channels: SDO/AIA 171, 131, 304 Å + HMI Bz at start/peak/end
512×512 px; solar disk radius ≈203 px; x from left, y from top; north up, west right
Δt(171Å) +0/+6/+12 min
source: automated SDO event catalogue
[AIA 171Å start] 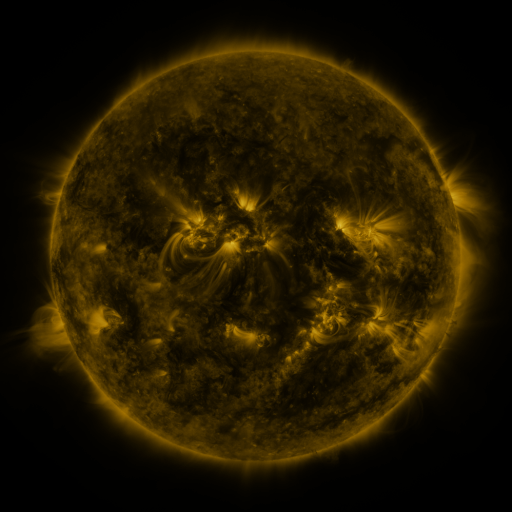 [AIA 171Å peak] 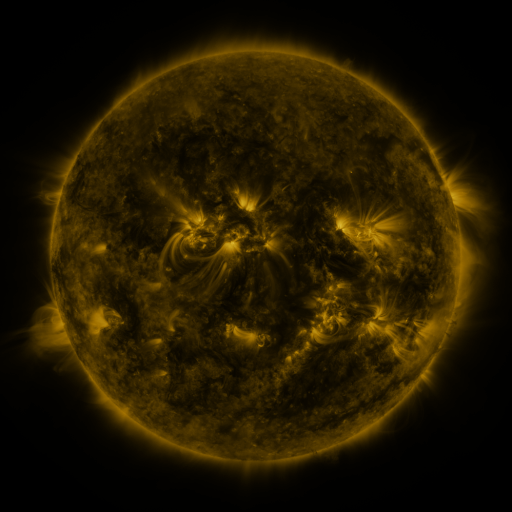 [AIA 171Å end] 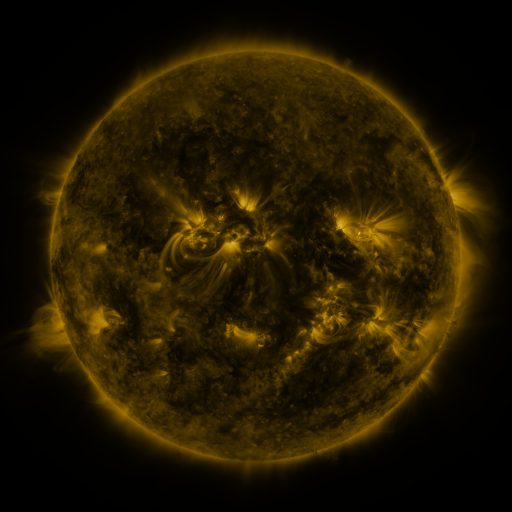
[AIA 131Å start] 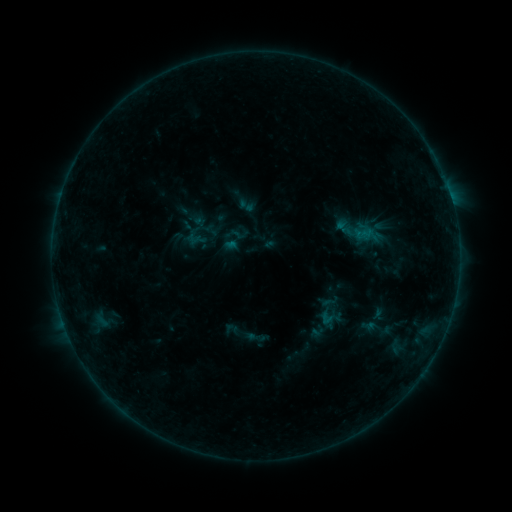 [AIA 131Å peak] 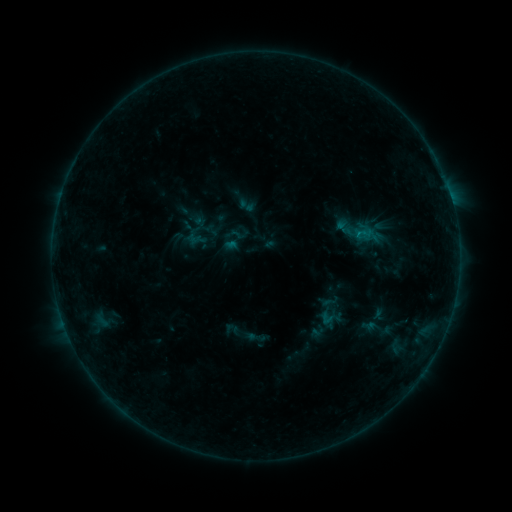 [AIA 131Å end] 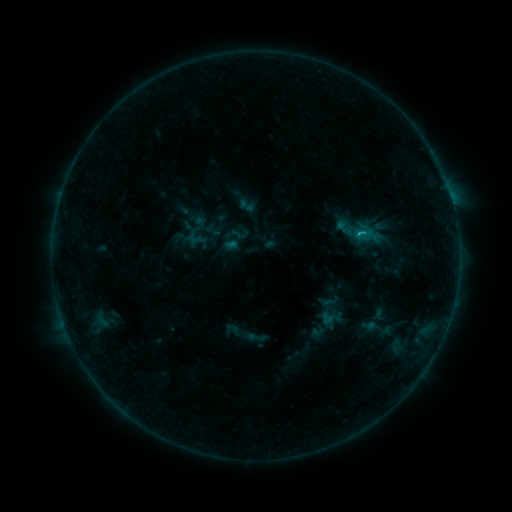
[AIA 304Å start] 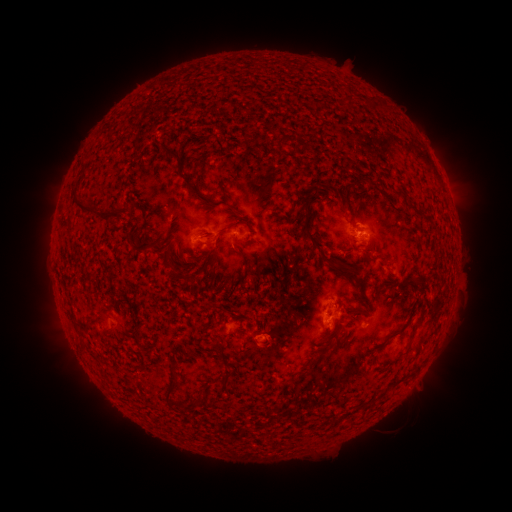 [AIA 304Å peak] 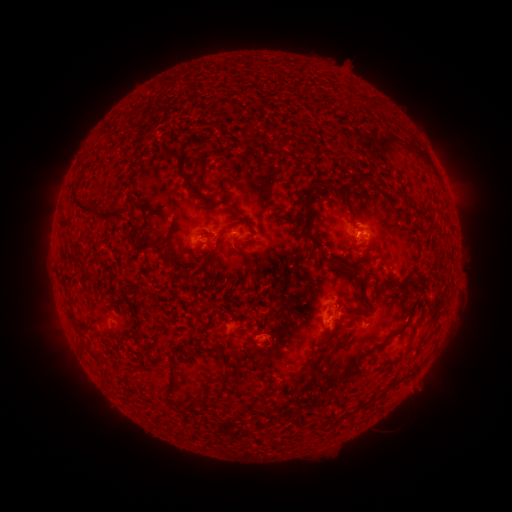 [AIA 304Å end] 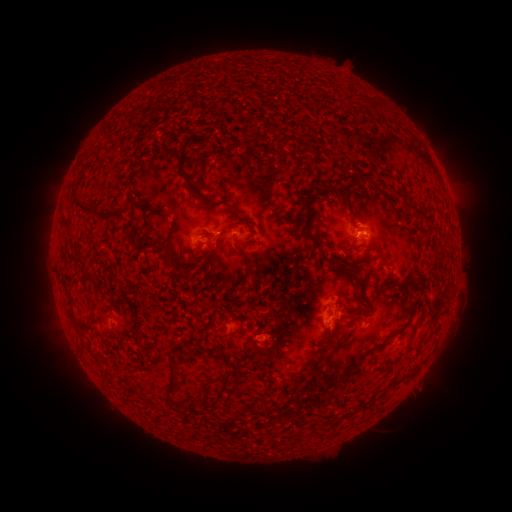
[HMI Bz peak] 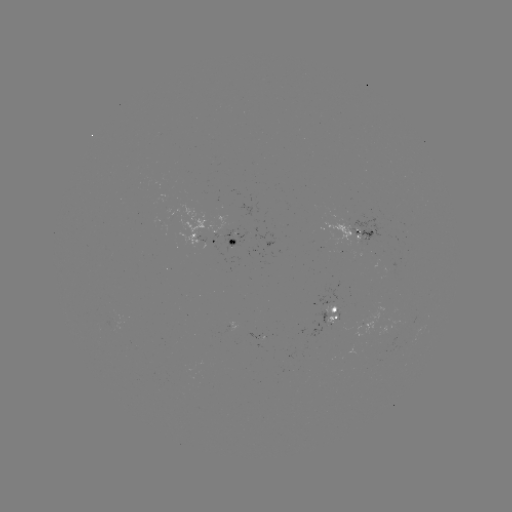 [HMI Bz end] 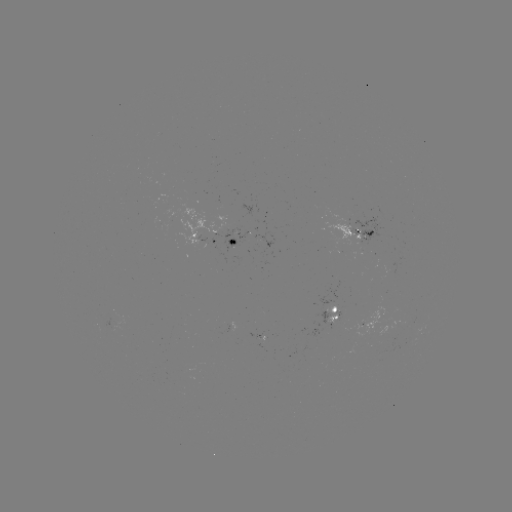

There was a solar flare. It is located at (358, 235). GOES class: B6.7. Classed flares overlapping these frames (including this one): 1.